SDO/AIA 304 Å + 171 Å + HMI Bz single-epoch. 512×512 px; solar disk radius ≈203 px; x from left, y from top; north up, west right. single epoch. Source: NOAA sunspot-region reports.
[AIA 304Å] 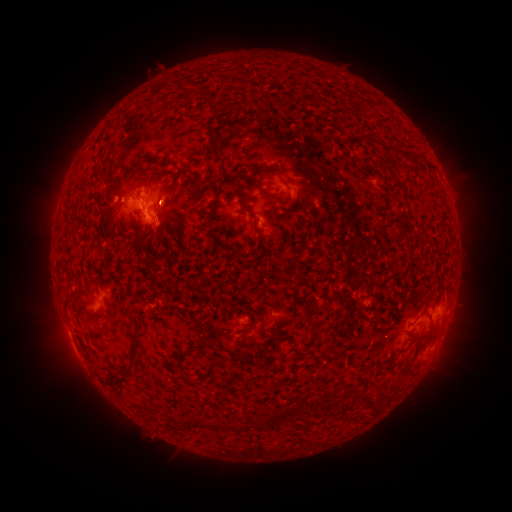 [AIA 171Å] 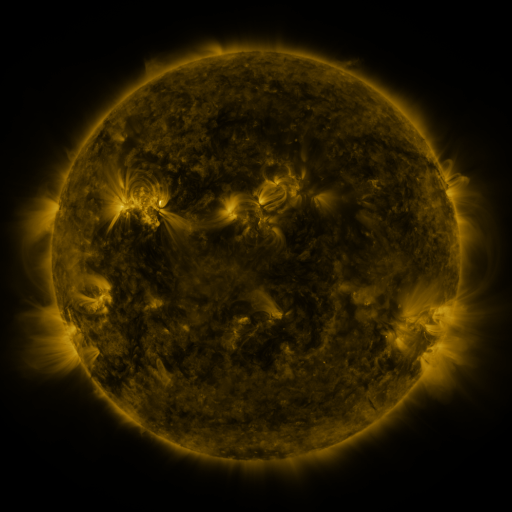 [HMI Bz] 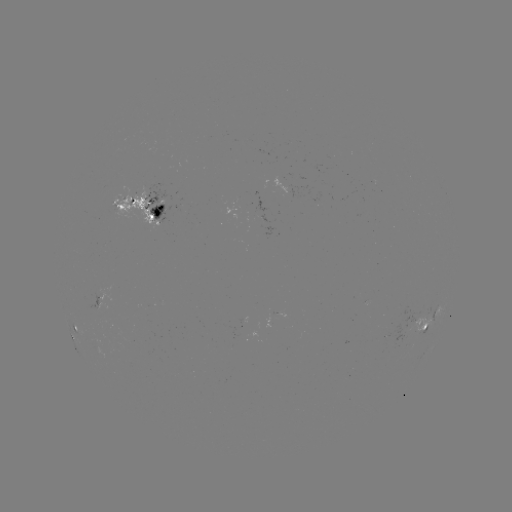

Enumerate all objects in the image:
spotted active region: (300, 195)
spotted active region: (141, 207)
spotted active region: (434, 317)
spotted active region: (419, 326)
spotted active region: (75, 328)
